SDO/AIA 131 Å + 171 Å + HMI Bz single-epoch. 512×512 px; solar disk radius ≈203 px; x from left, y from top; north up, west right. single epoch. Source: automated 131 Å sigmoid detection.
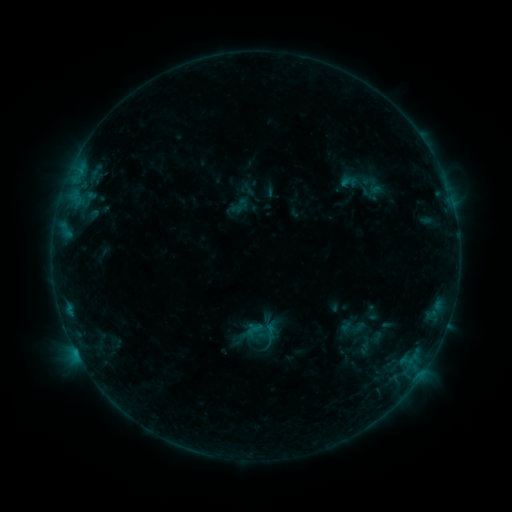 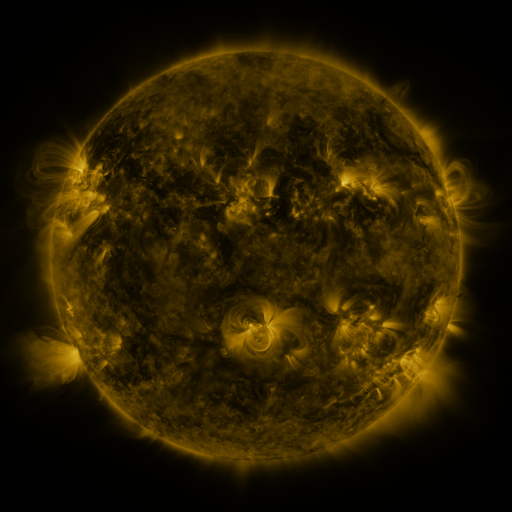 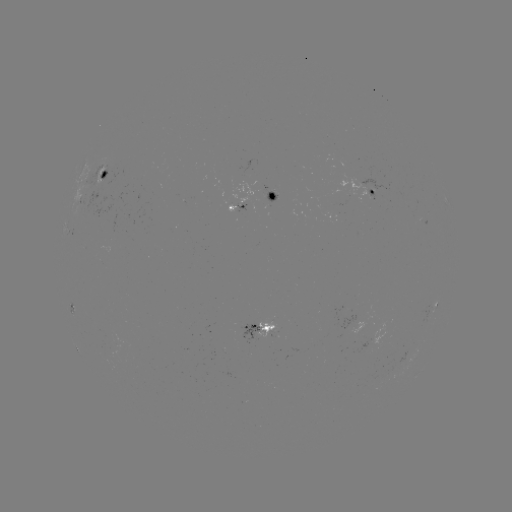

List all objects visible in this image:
sigmoid: (349, 181)
sigmoid: (257, 332)
sigmoid: (270, 332)
